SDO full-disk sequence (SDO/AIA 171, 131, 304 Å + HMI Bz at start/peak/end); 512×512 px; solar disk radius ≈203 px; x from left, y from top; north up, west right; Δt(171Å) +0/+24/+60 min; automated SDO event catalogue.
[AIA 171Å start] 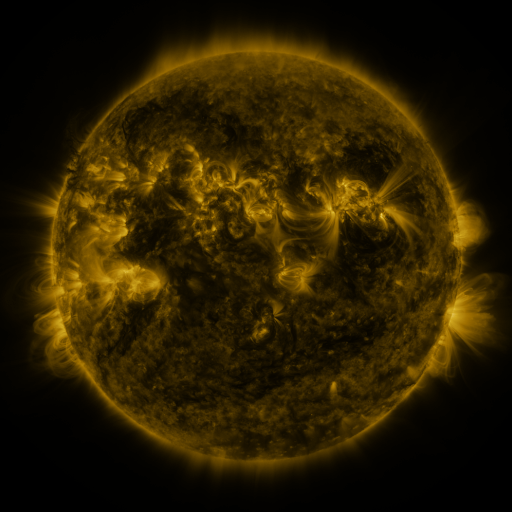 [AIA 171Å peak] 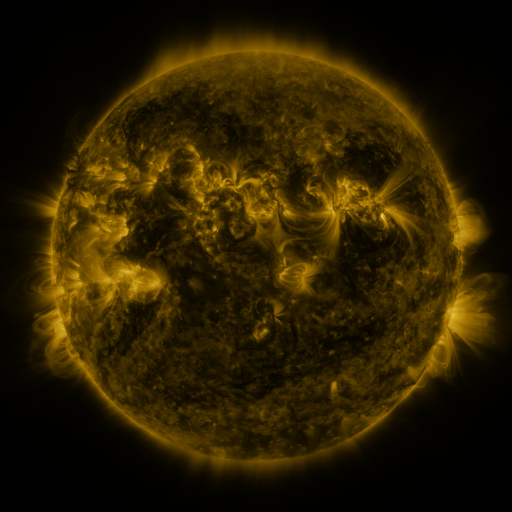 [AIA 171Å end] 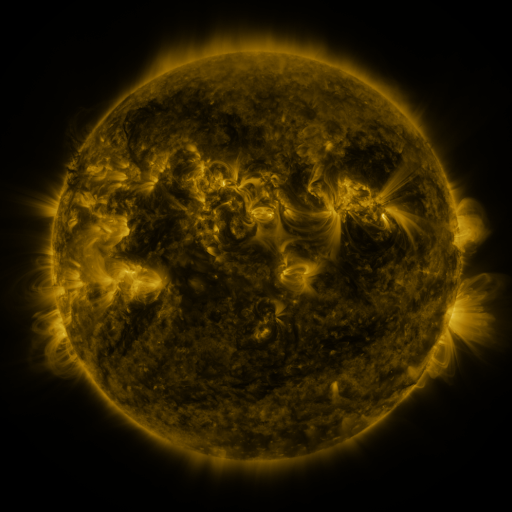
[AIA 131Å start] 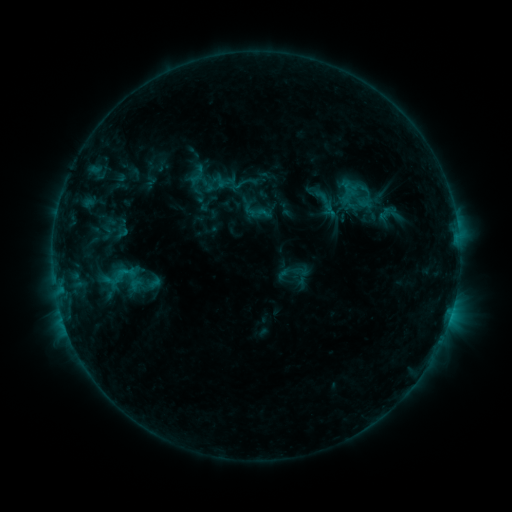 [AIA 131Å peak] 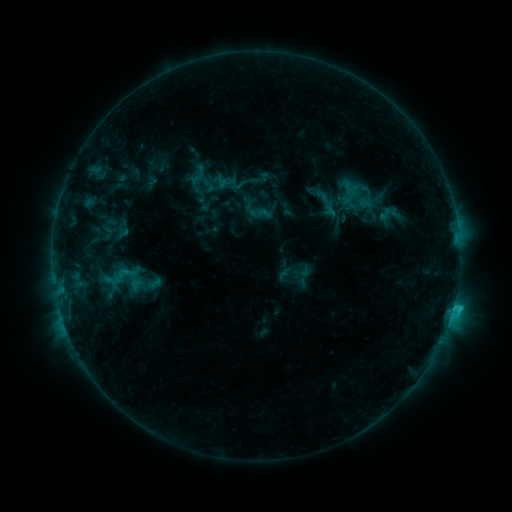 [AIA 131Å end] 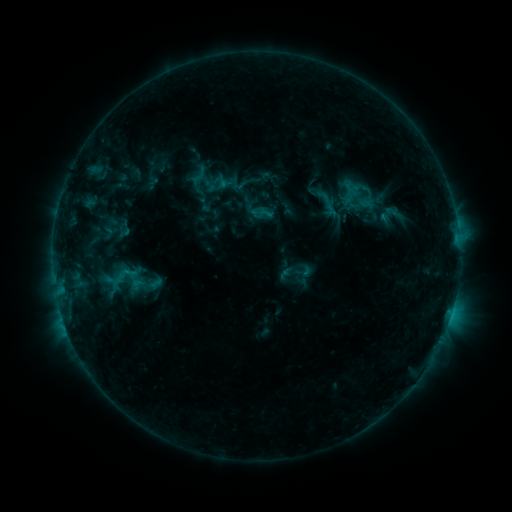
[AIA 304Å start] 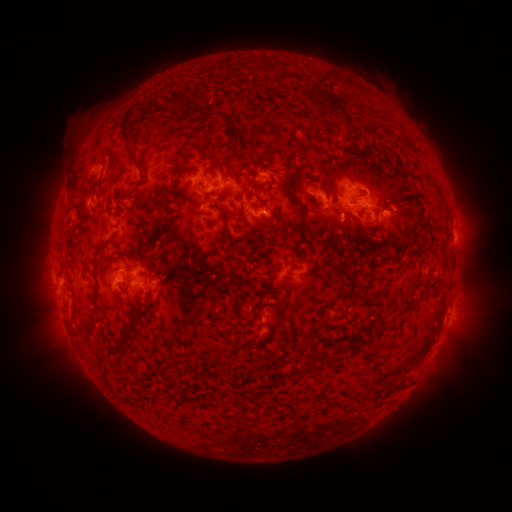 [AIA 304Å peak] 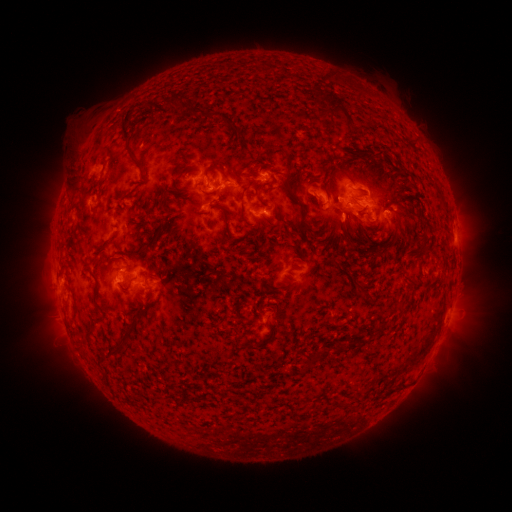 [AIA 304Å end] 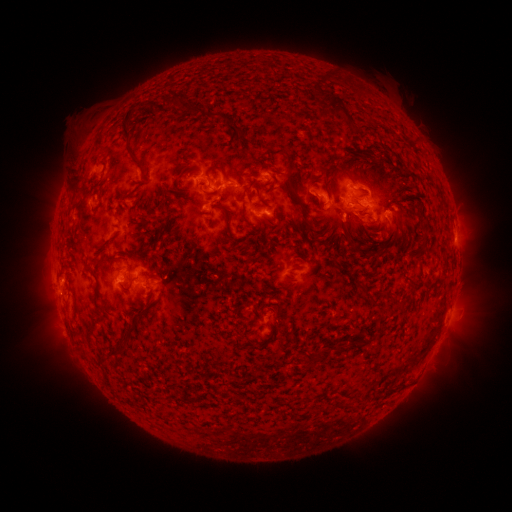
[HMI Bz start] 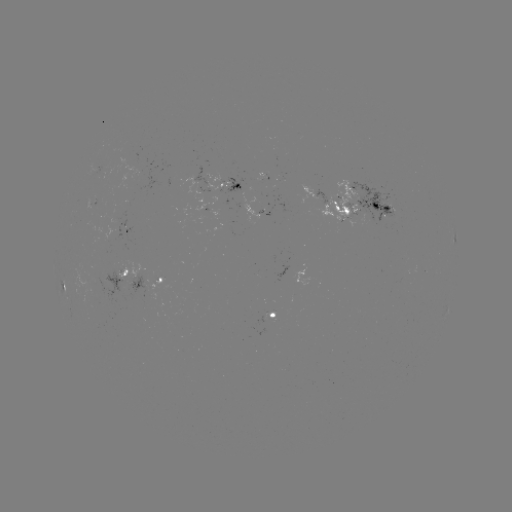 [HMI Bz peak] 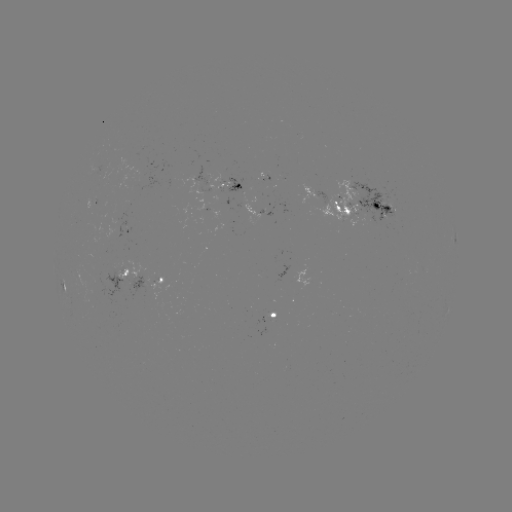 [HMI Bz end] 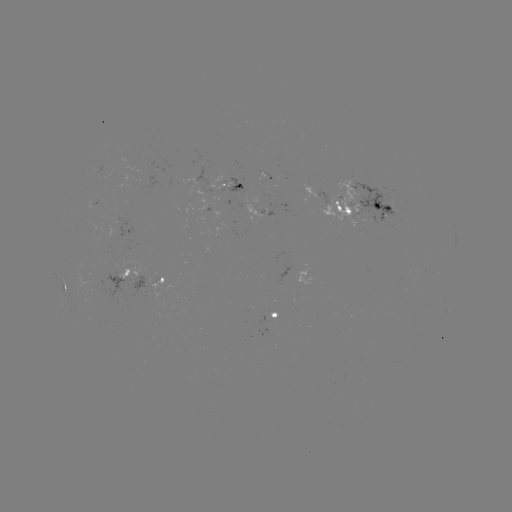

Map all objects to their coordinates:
C1.4 flare: (262, 176)
